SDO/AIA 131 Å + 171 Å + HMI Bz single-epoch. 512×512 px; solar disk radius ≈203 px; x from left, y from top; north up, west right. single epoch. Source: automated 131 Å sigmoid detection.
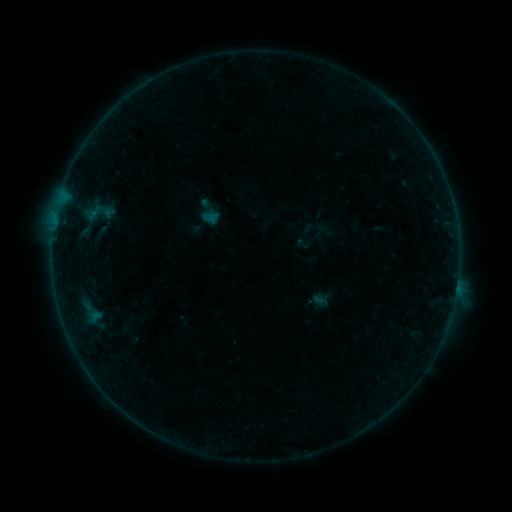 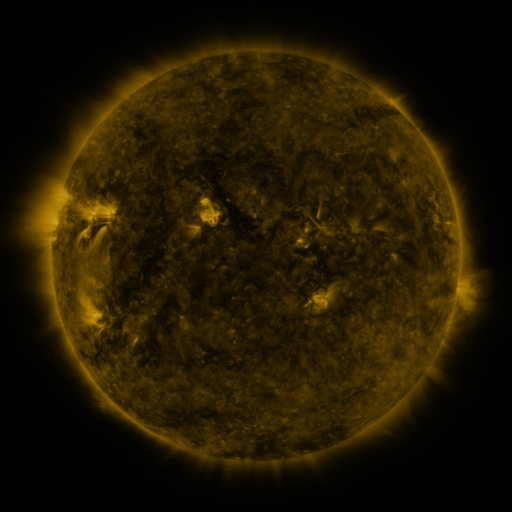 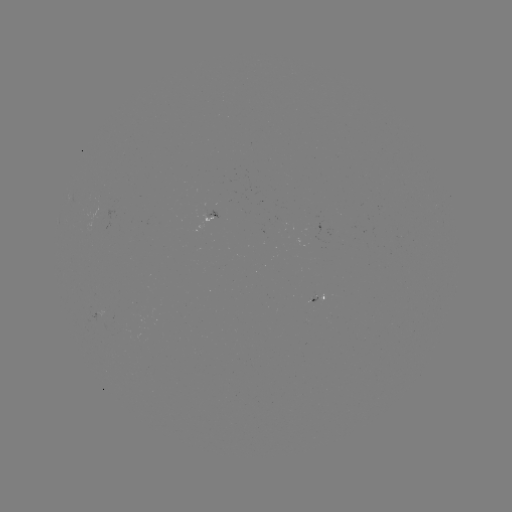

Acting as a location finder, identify sigmoid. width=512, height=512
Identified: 98,213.